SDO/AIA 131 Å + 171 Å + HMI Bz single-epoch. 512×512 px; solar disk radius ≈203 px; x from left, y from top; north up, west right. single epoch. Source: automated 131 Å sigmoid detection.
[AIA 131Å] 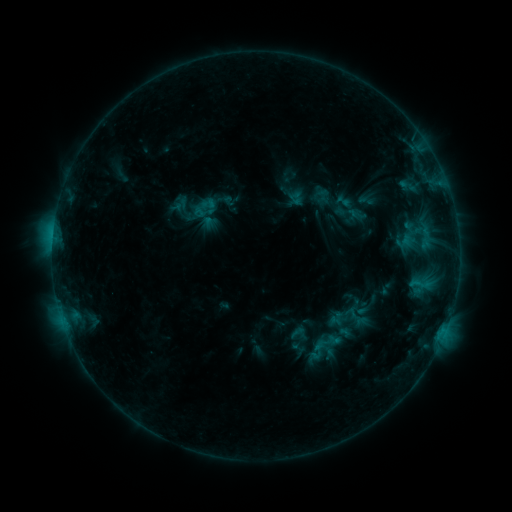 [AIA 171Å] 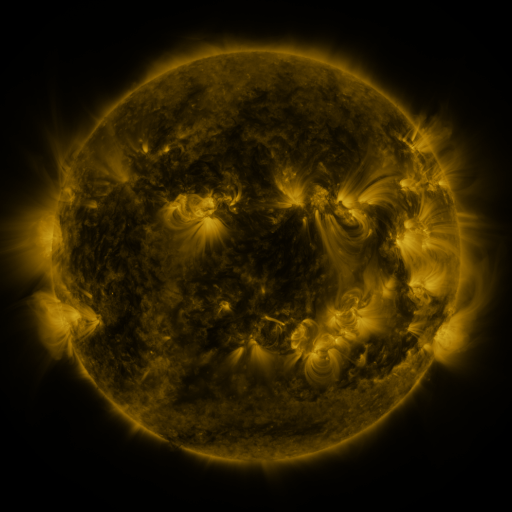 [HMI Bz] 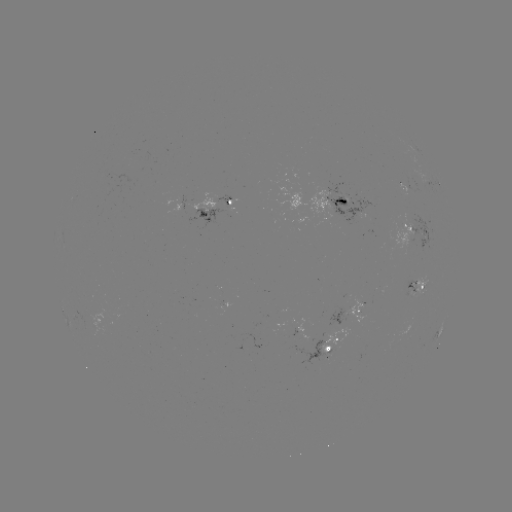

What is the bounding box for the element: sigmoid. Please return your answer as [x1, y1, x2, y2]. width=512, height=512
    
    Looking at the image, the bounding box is [316, 330, 339, 353].